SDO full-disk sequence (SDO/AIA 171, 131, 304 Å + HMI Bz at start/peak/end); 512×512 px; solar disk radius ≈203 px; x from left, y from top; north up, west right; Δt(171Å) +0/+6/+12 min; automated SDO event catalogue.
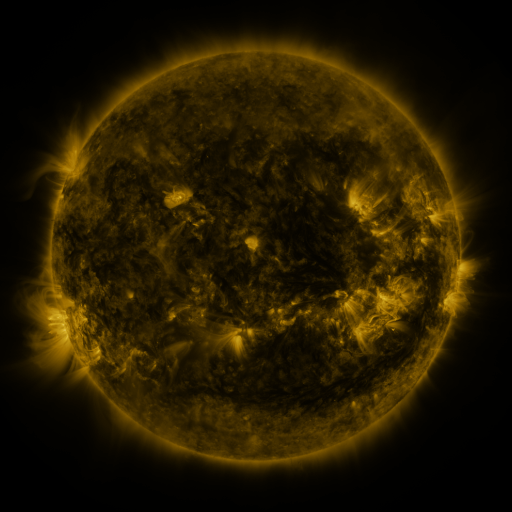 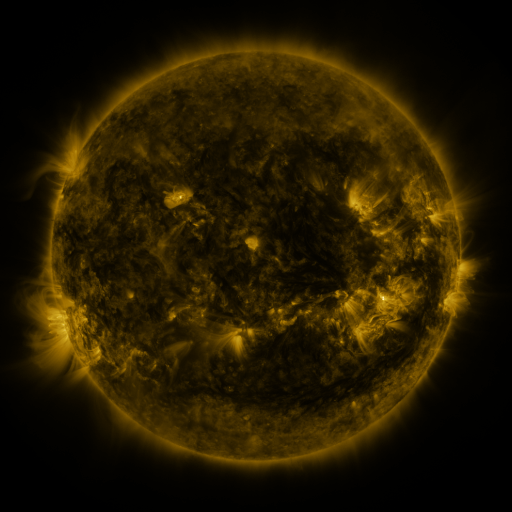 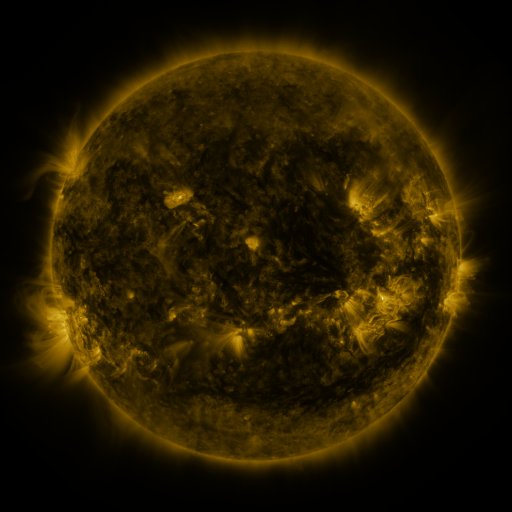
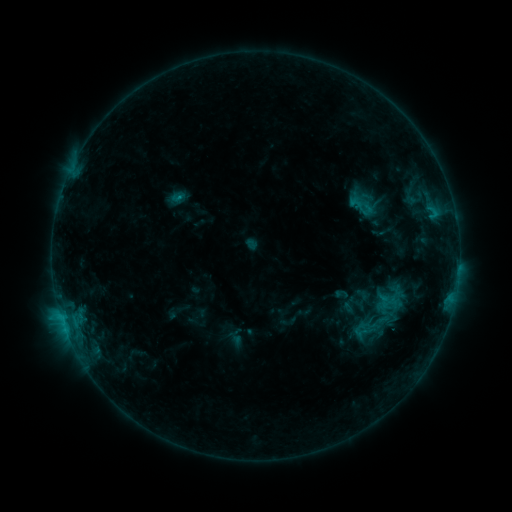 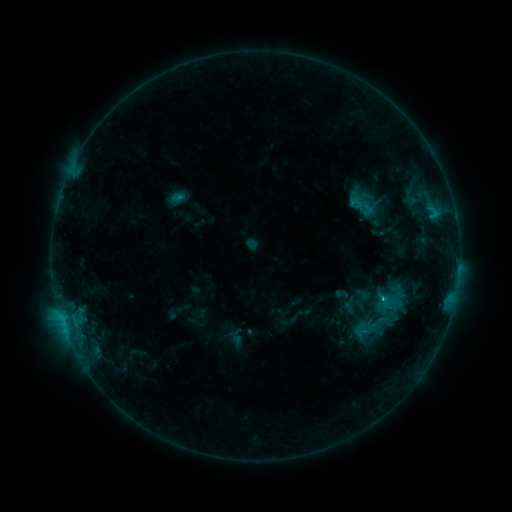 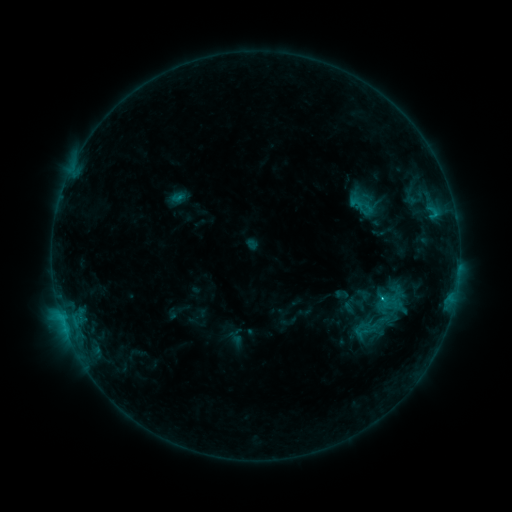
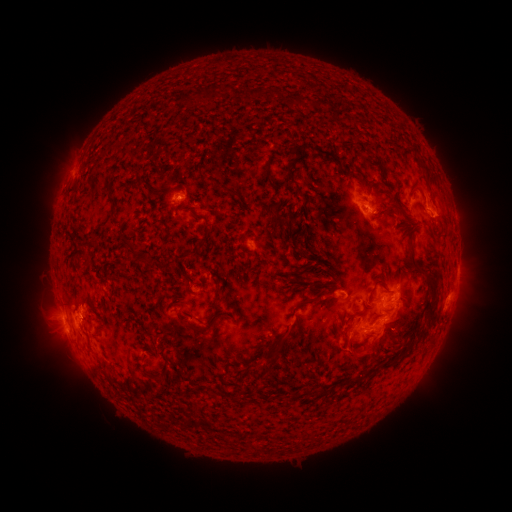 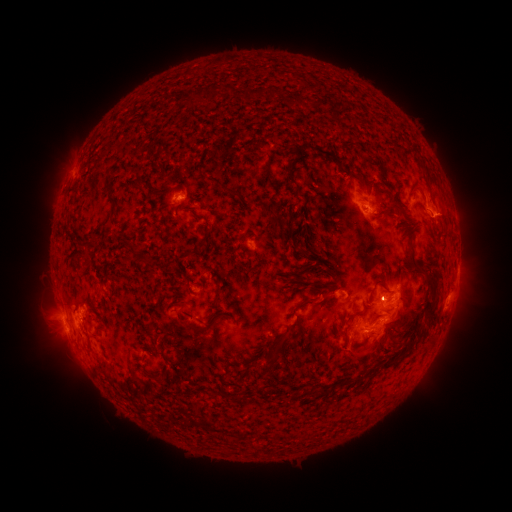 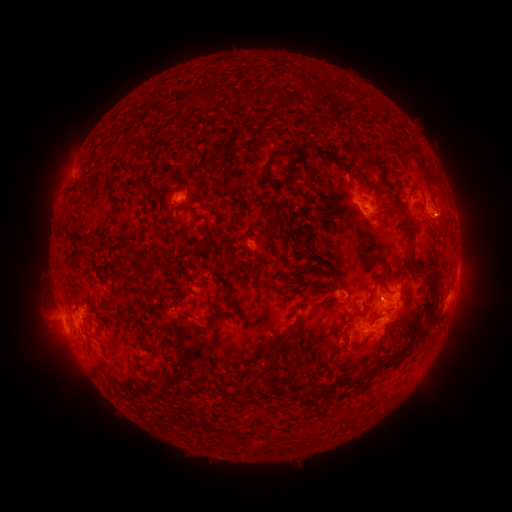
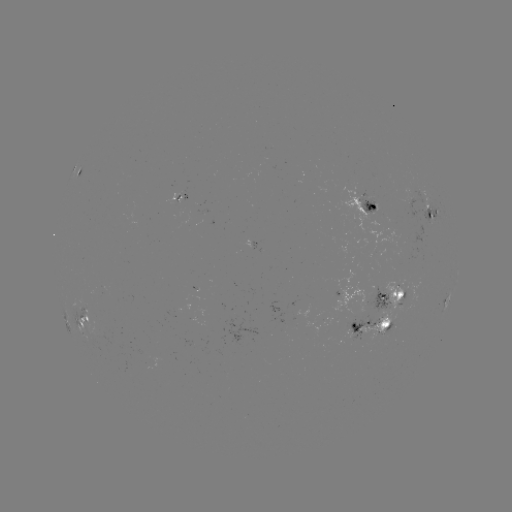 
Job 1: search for C1.8 flare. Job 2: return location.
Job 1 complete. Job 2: [379, 296].